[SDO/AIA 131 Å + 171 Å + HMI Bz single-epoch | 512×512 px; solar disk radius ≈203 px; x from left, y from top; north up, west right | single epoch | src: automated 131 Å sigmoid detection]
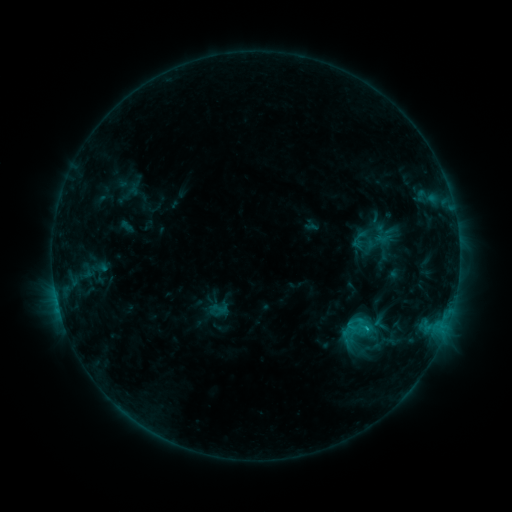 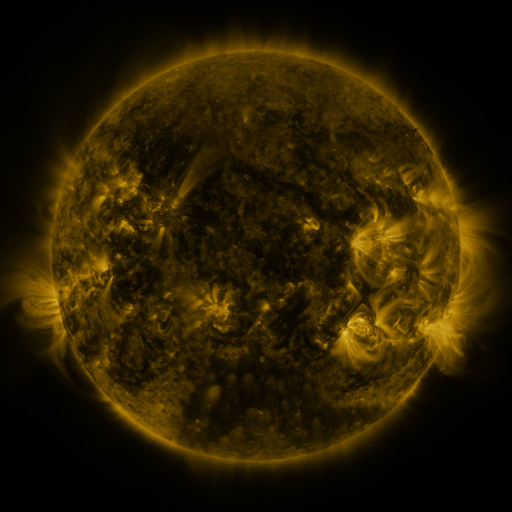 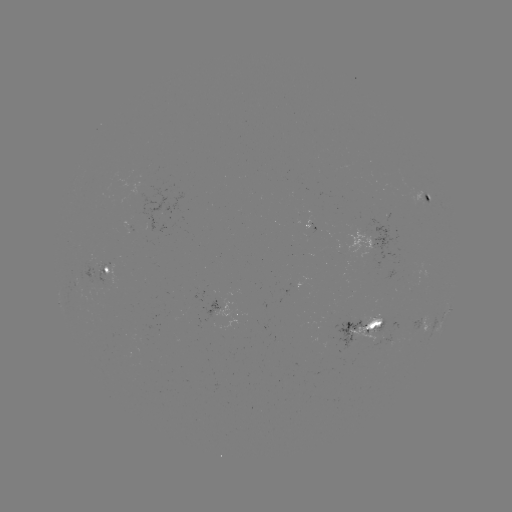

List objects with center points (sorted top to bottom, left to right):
sigmoid: (211, 300, 229, 316)
